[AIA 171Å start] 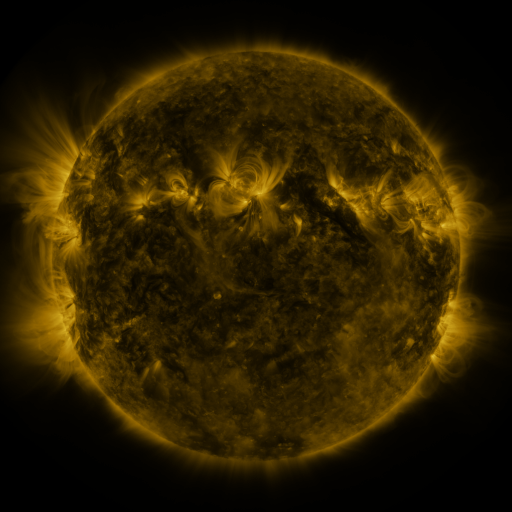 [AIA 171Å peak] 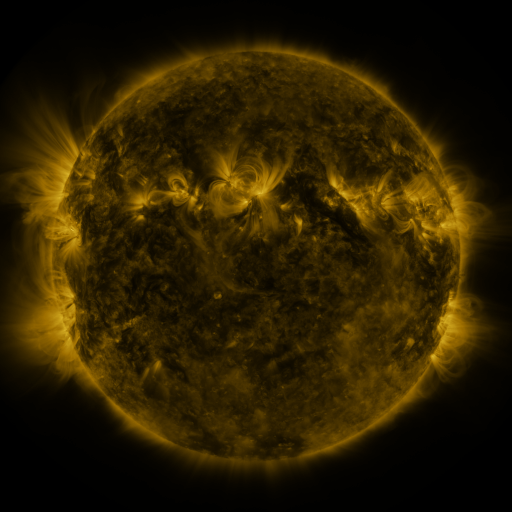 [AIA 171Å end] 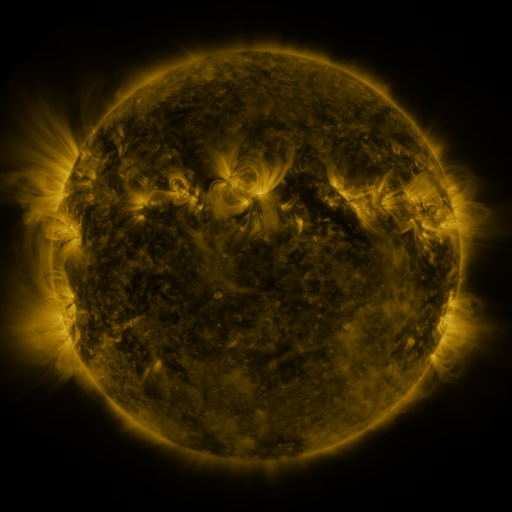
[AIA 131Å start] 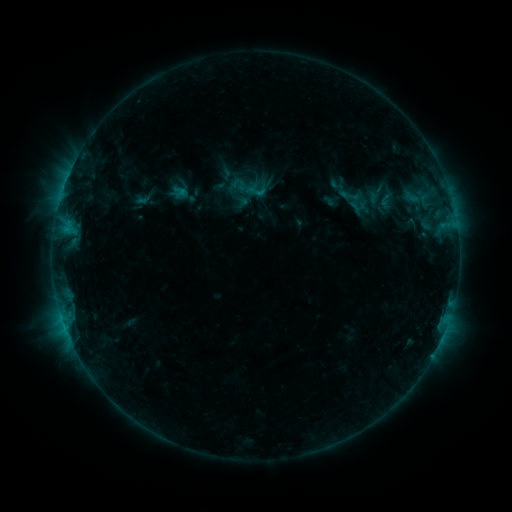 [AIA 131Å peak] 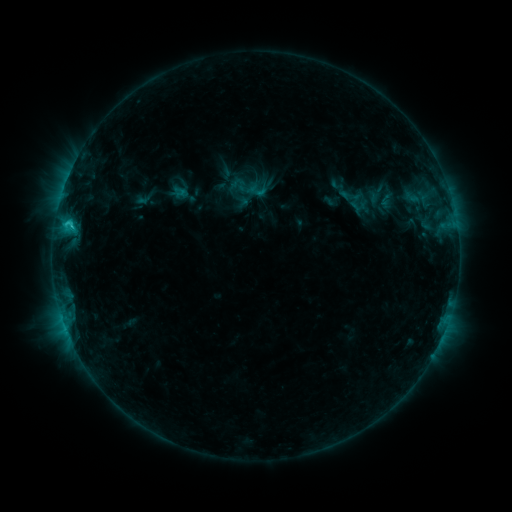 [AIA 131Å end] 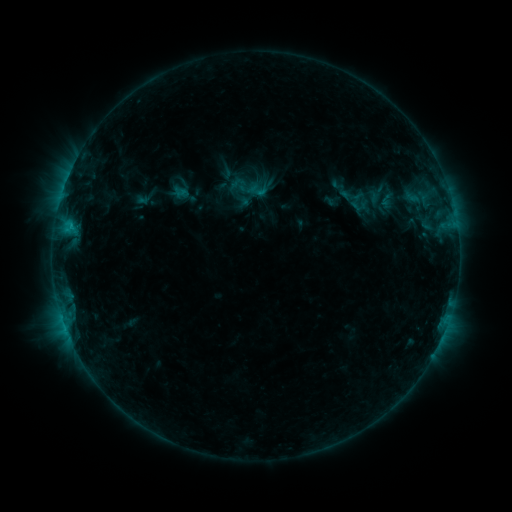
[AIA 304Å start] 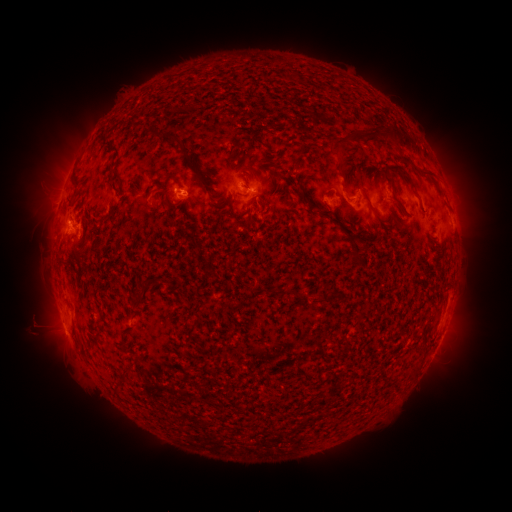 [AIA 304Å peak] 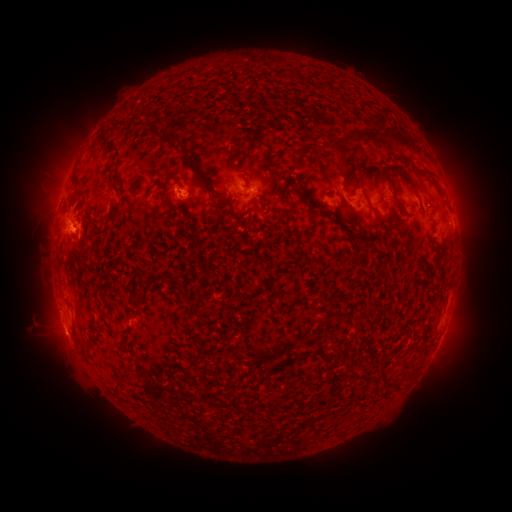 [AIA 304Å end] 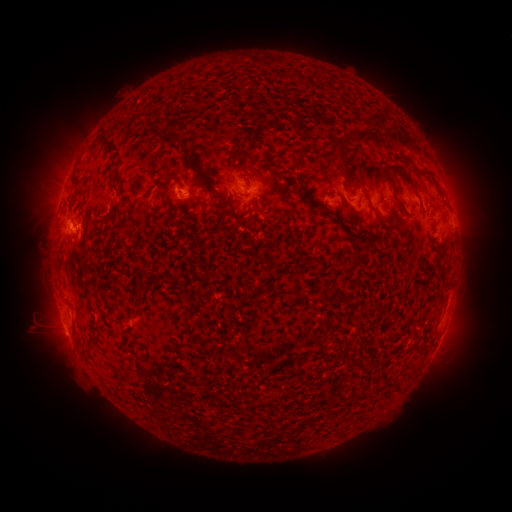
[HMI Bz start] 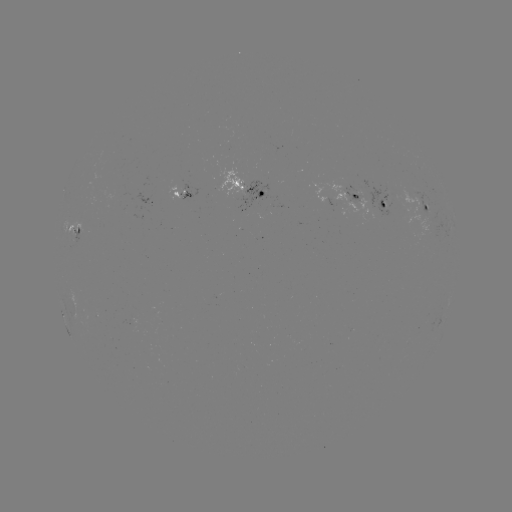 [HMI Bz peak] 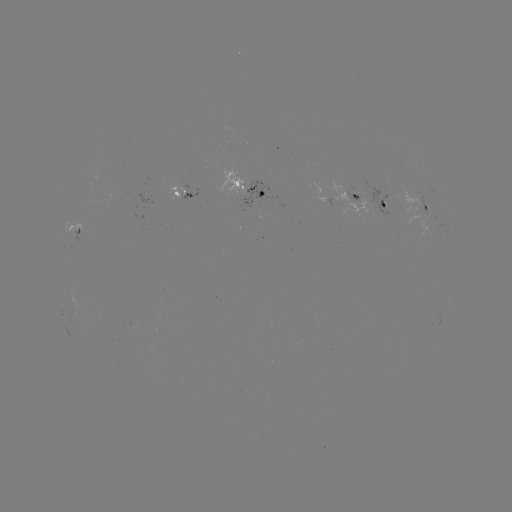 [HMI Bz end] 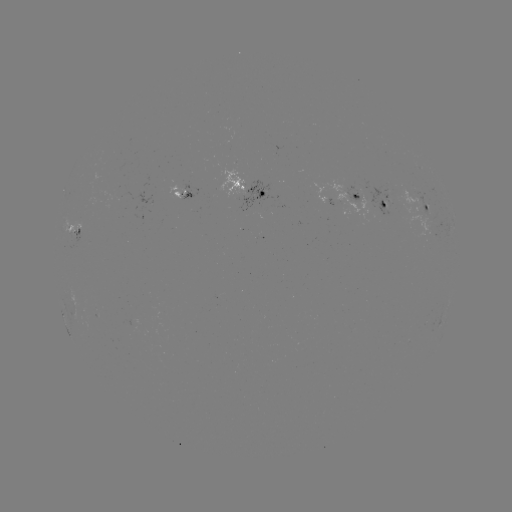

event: flare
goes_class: C1.4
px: (72, 225)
